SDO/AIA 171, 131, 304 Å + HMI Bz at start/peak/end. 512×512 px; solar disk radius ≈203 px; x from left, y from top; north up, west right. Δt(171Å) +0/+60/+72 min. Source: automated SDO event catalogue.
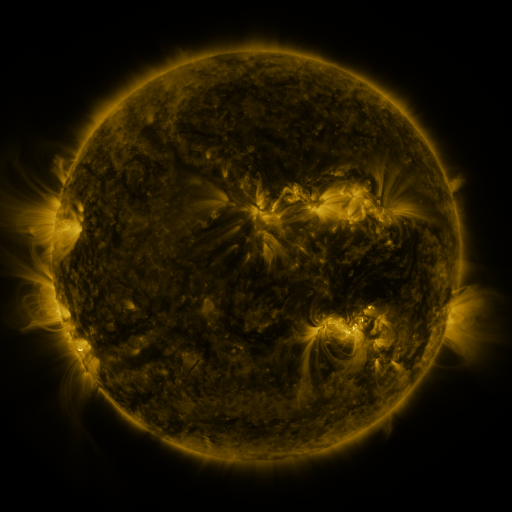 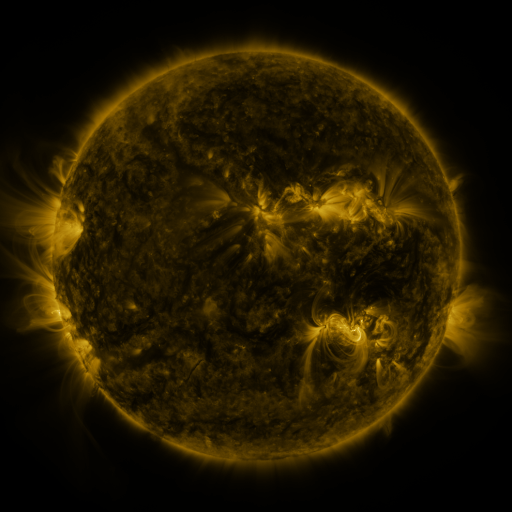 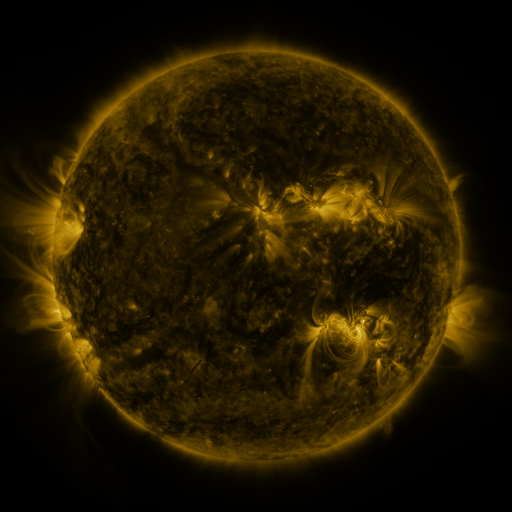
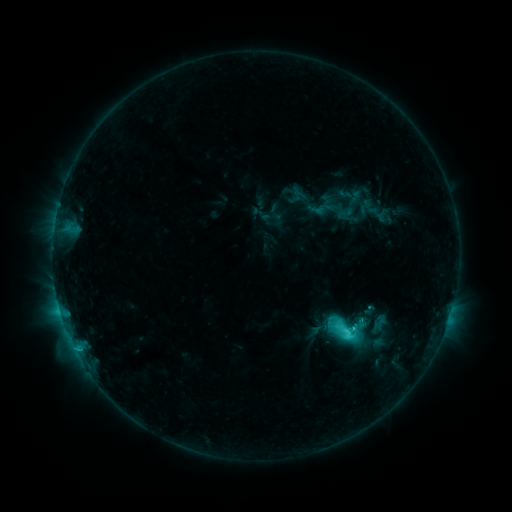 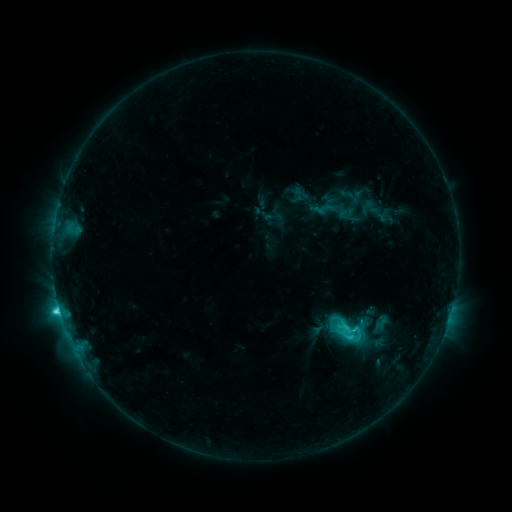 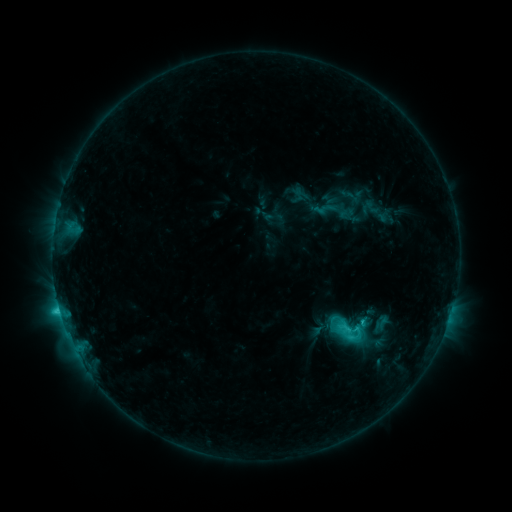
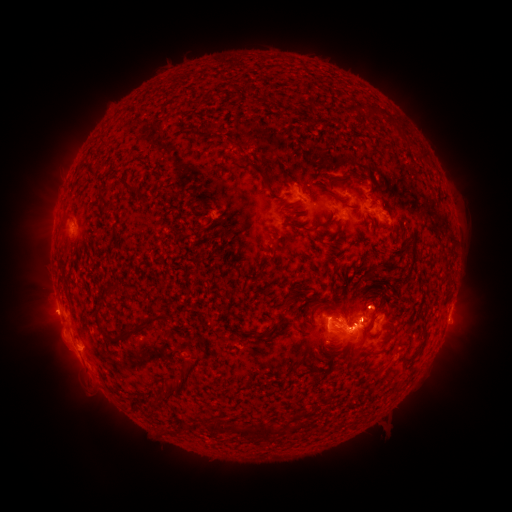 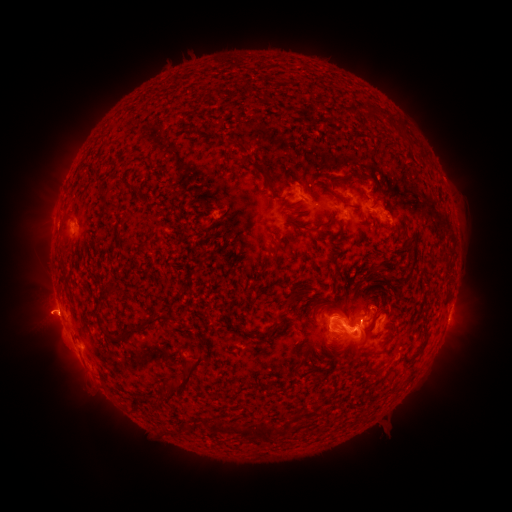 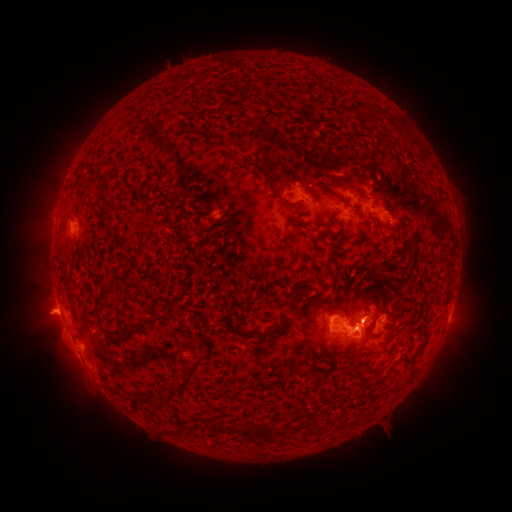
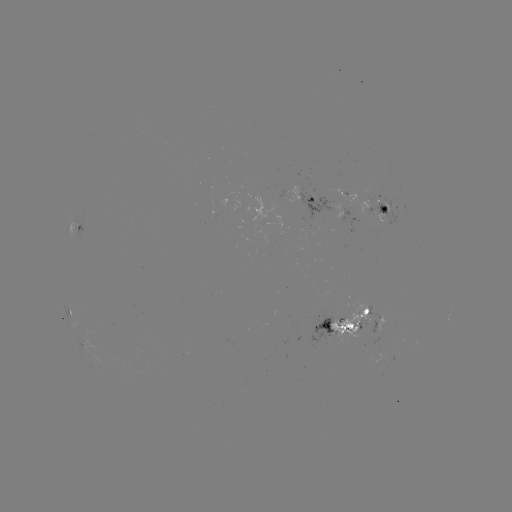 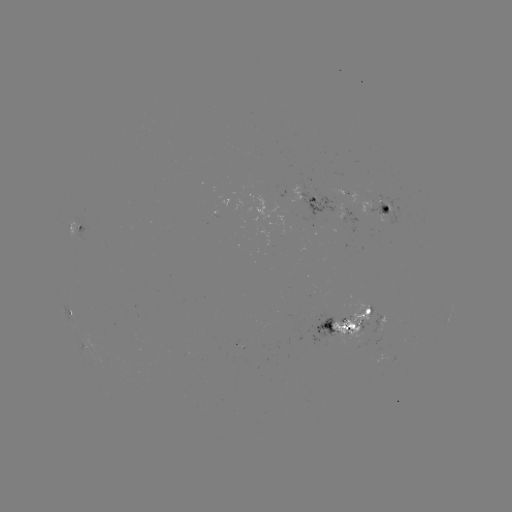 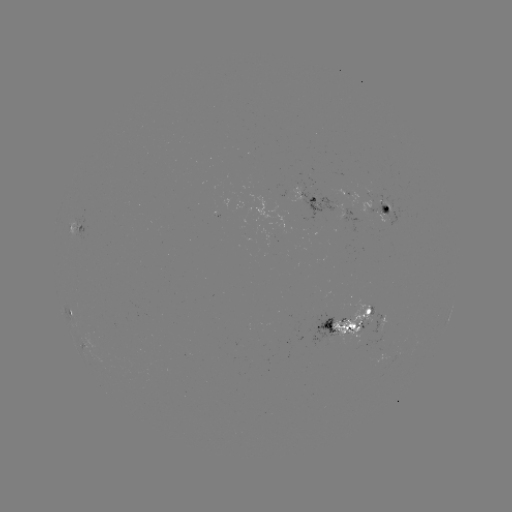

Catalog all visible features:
emerging-flux region: (330, 329)
